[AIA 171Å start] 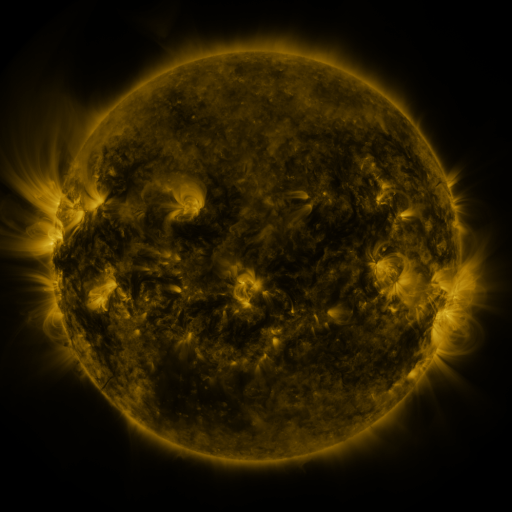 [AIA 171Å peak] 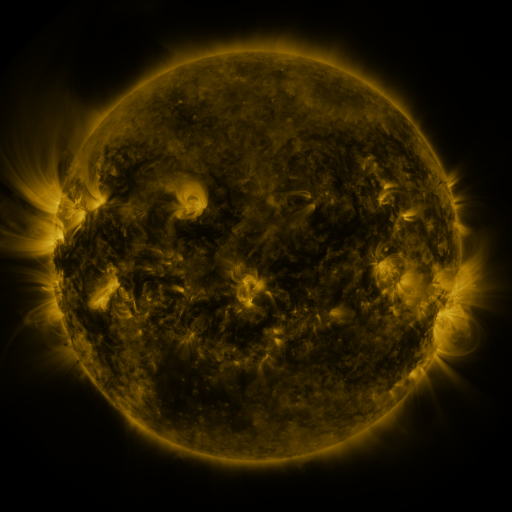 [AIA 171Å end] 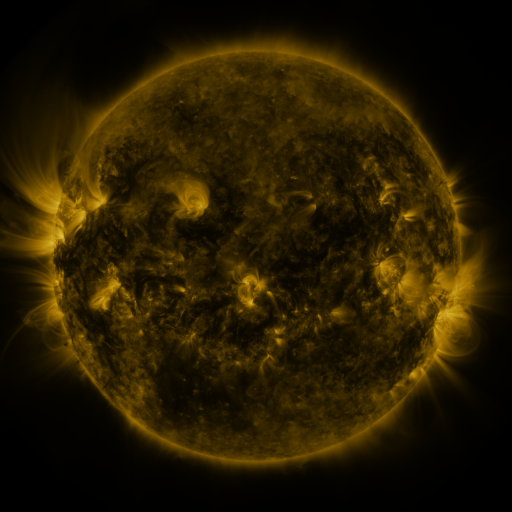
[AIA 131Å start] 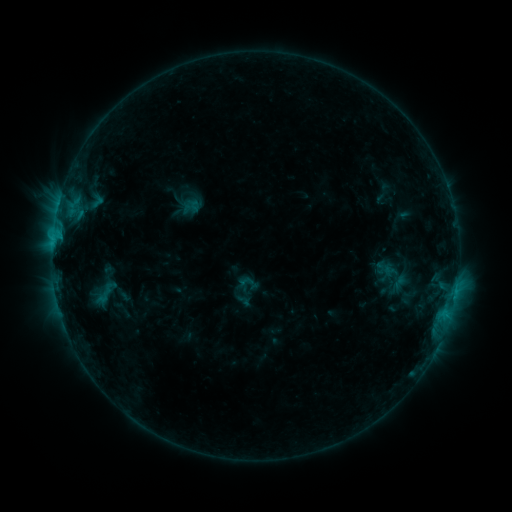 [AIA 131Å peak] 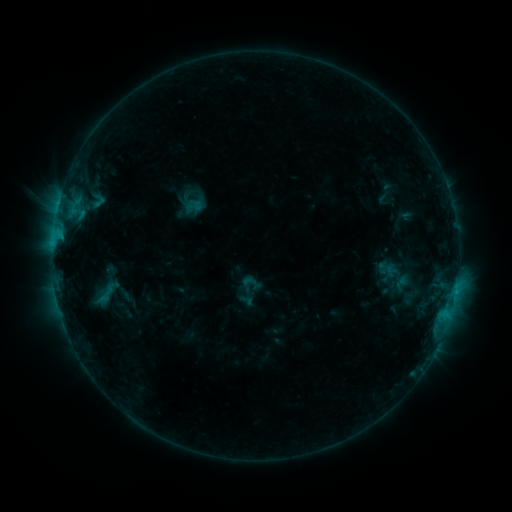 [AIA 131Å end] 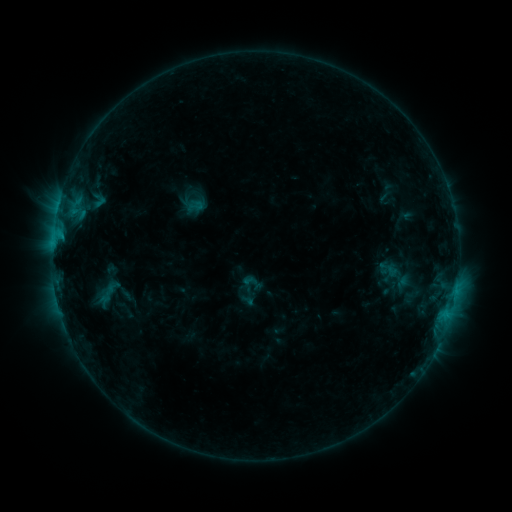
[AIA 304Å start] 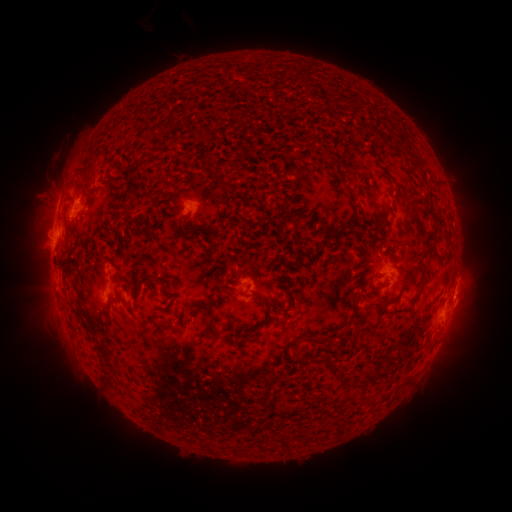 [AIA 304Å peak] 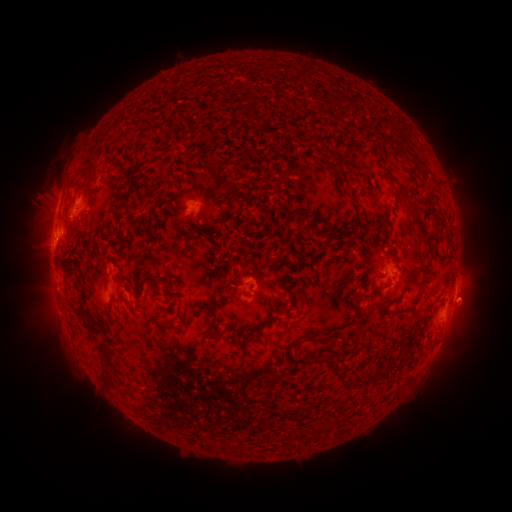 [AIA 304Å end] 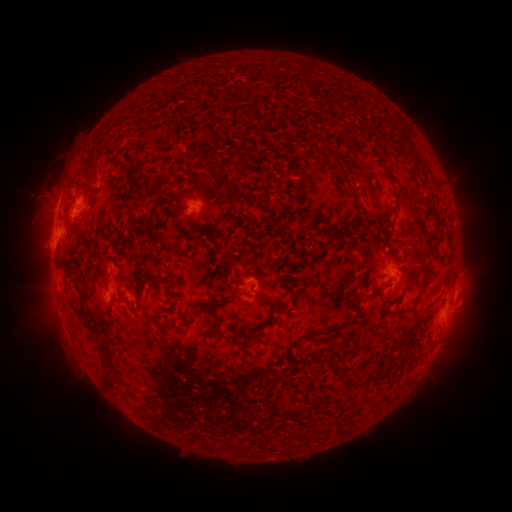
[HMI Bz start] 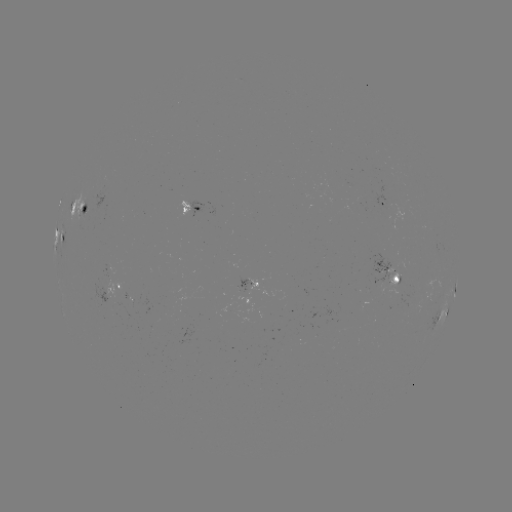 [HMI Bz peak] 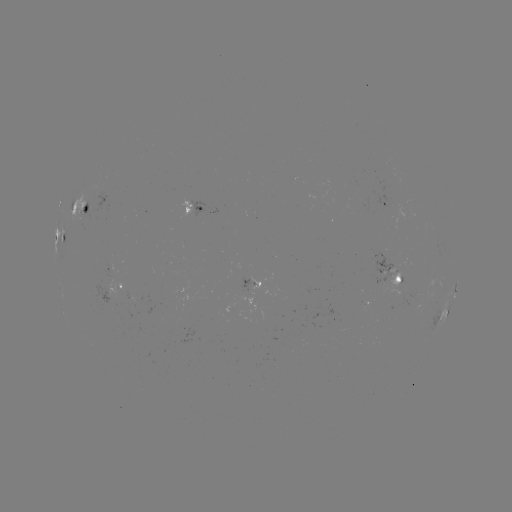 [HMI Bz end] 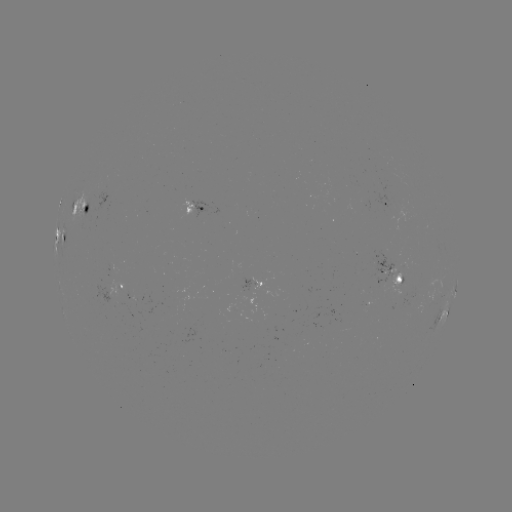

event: emerging-flux region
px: (401, 291)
